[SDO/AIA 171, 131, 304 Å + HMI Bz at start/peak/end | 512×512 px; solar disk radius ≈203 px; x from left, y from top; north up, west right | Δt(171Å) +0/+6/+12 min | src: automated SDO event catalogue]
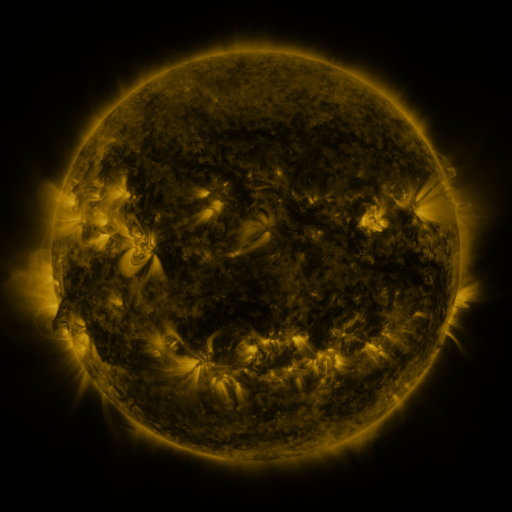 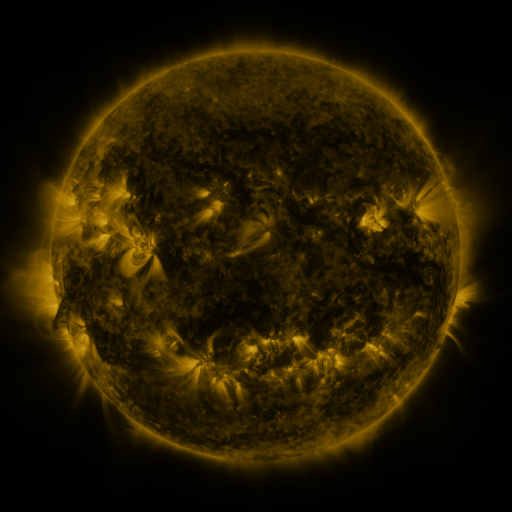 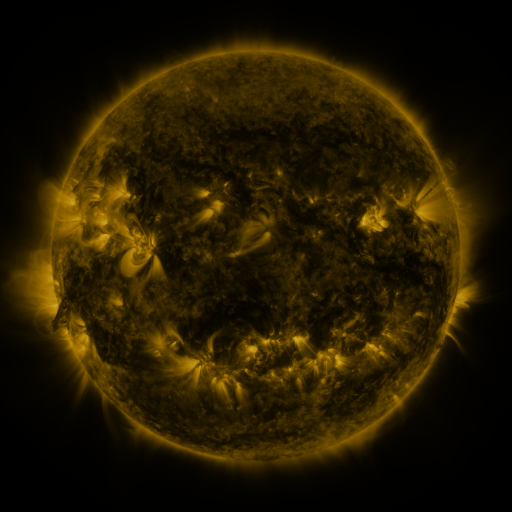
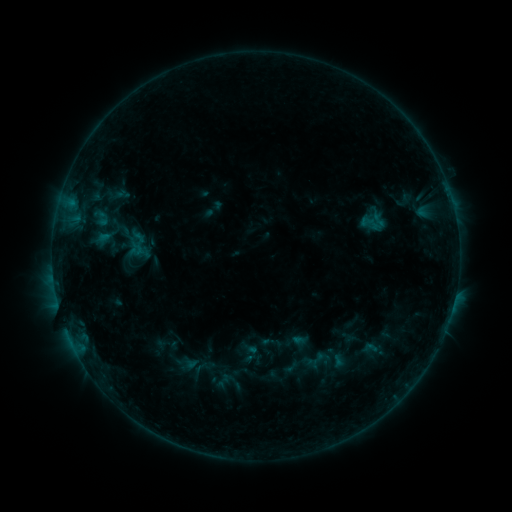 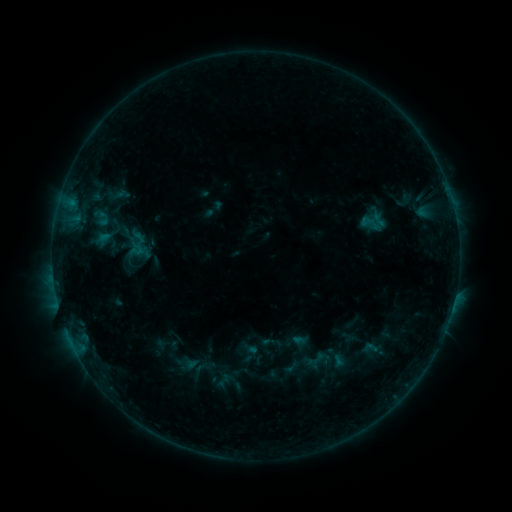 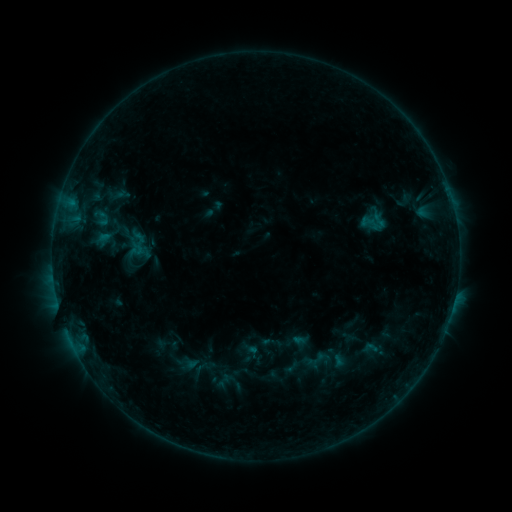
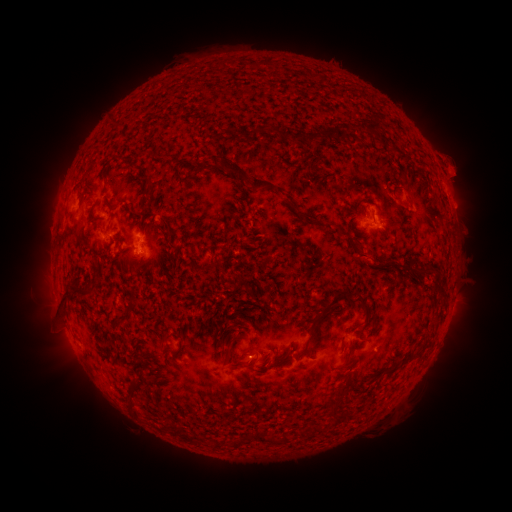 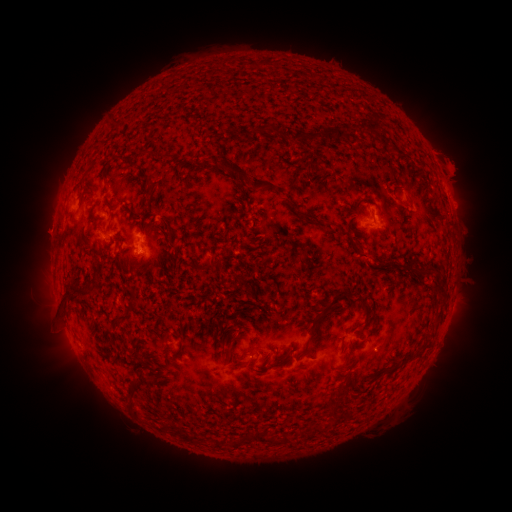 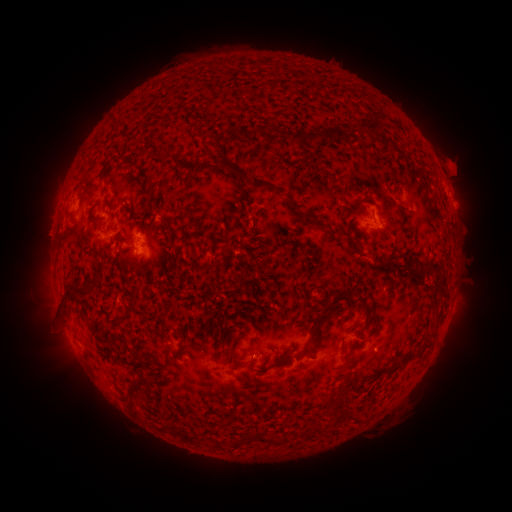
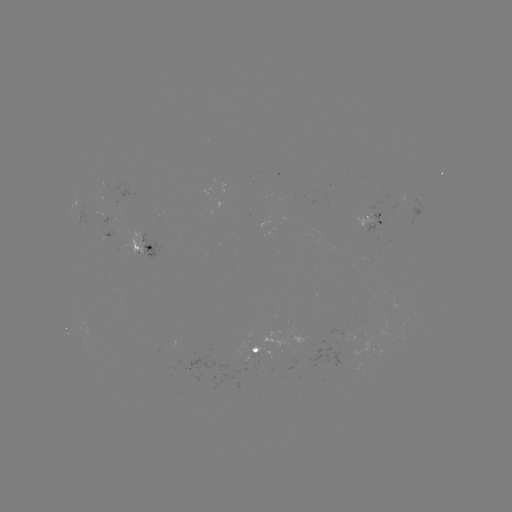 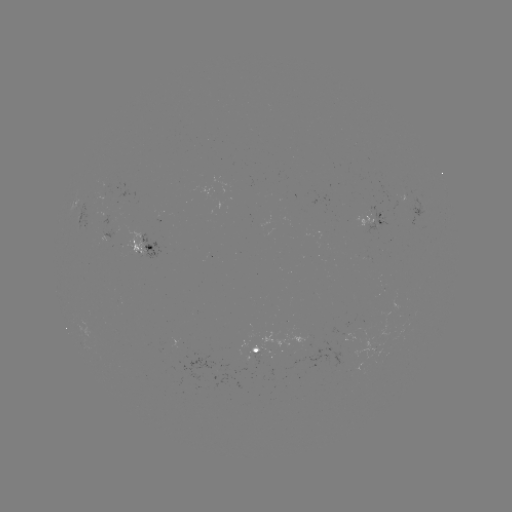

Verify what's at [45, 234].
eruption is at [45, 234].